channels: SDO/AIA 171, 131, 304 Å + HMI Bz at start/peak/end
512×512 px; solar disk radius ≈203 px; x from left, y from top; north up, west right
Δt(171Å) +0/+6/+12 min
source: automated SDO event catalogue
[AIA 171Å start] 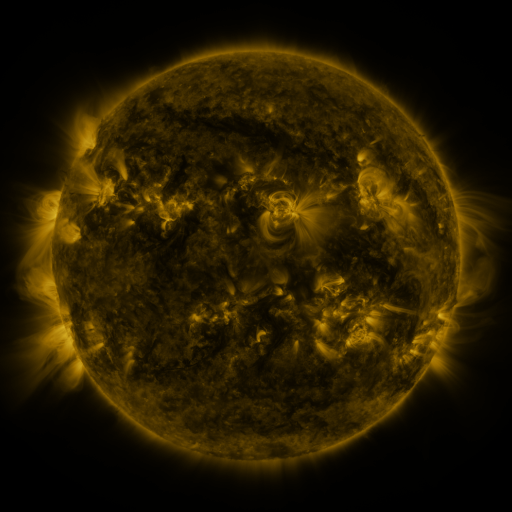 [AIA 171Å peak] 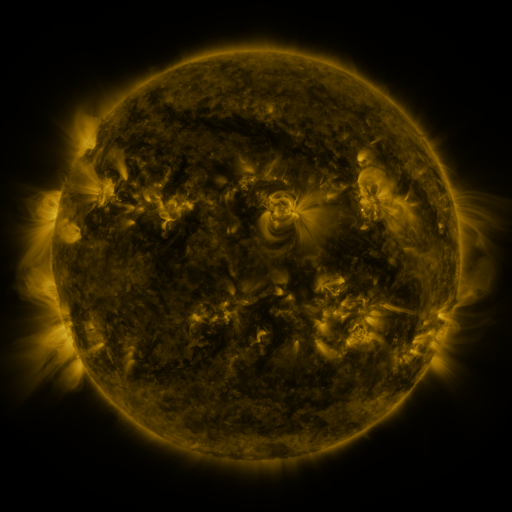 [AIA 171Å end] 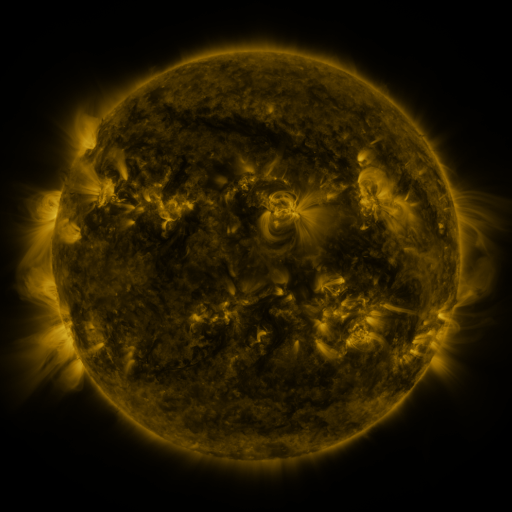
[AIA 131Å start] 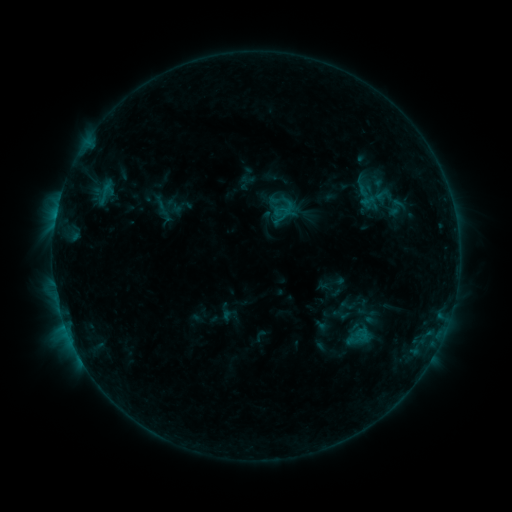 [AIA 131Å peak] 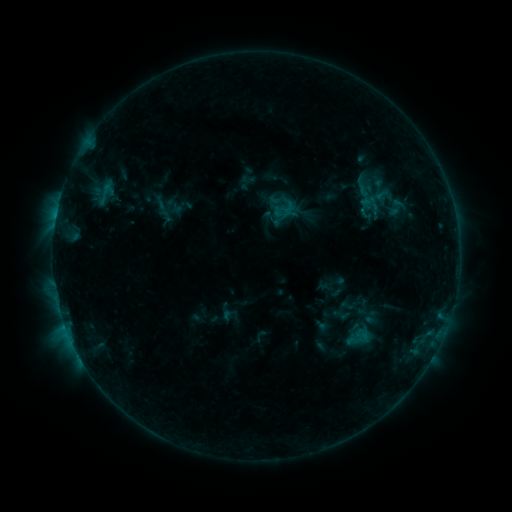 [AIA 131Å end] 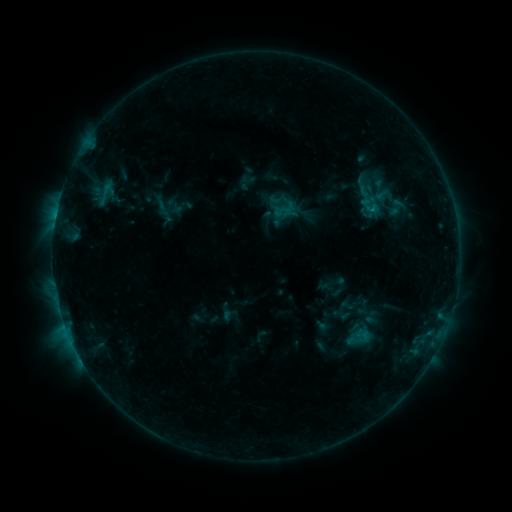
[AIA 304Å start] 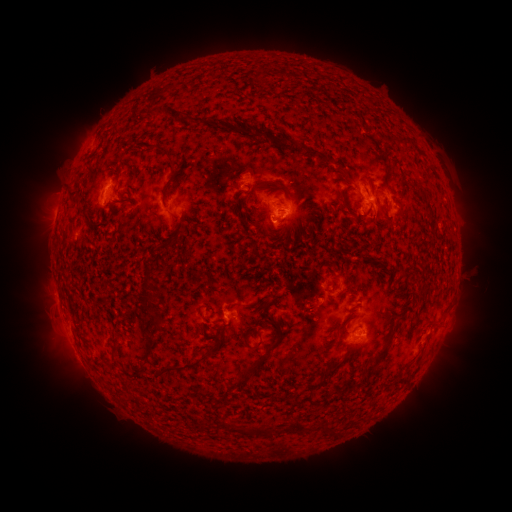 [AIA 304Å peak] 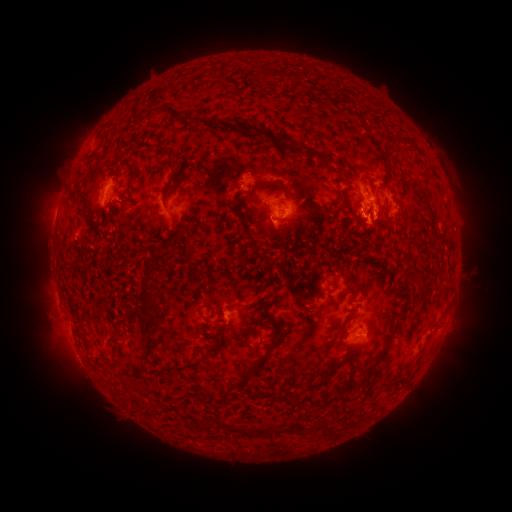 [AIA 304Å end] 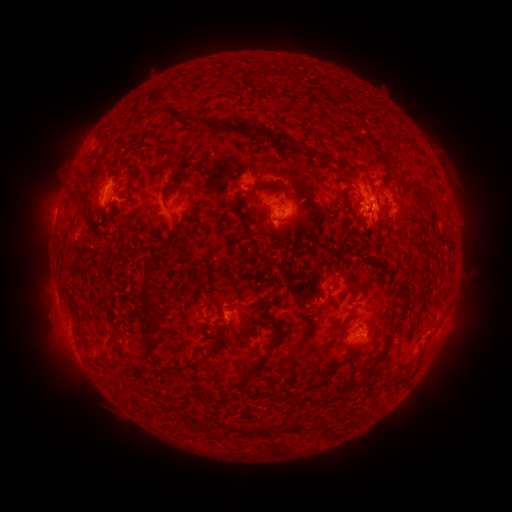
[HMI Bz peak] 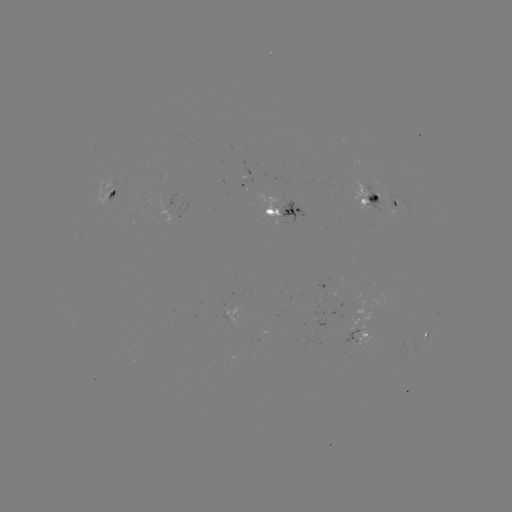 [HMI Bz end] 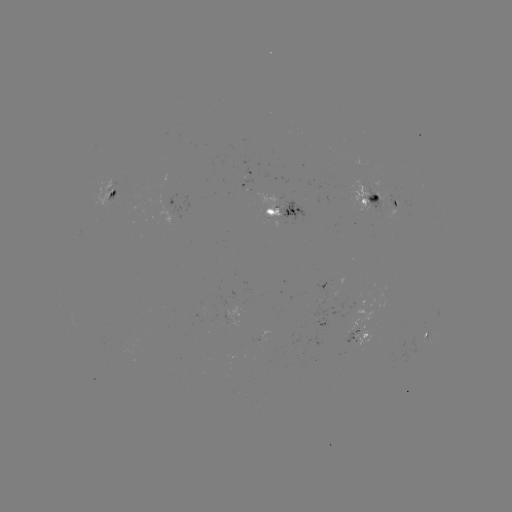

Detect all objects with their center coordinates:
eruption: (370, 223)
